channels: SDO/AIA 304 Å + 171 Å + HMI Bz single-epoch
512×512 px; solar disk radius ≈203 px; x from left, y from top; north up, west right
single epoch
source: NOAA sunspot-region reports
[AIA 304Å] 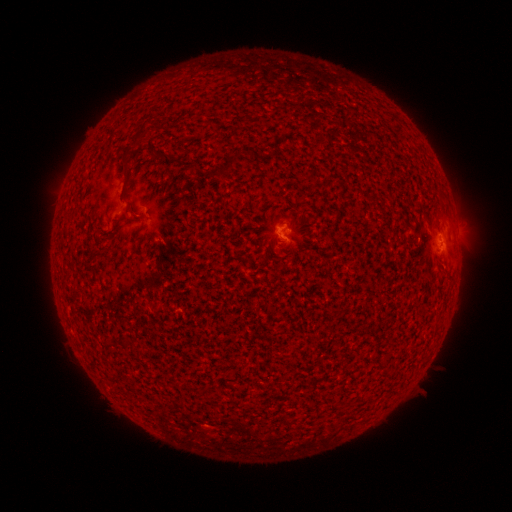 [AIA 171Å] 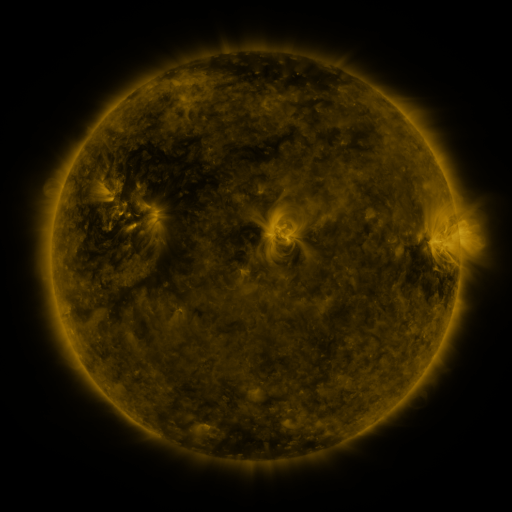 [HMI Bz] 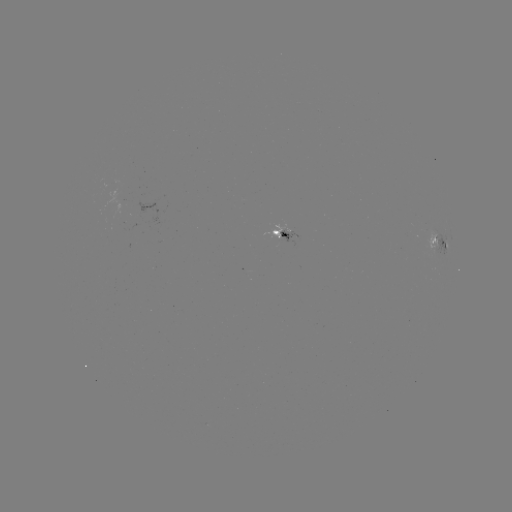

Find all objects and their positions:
spotted active region: (284, 234)
spotted active region: (438, 241)
